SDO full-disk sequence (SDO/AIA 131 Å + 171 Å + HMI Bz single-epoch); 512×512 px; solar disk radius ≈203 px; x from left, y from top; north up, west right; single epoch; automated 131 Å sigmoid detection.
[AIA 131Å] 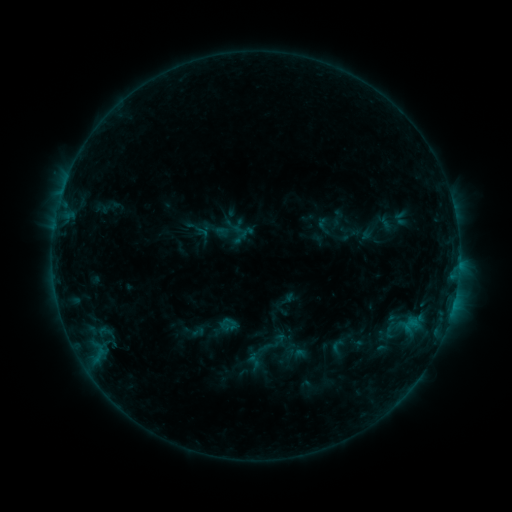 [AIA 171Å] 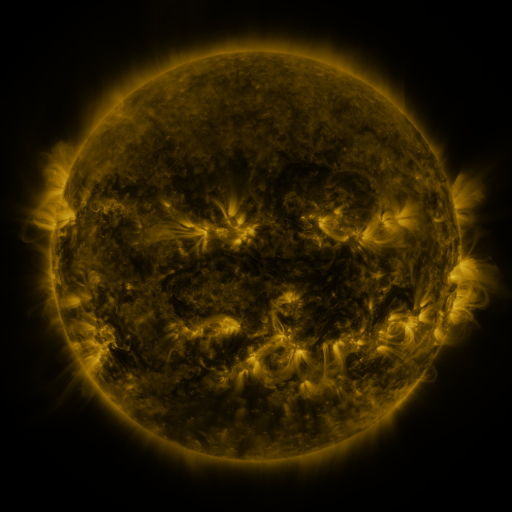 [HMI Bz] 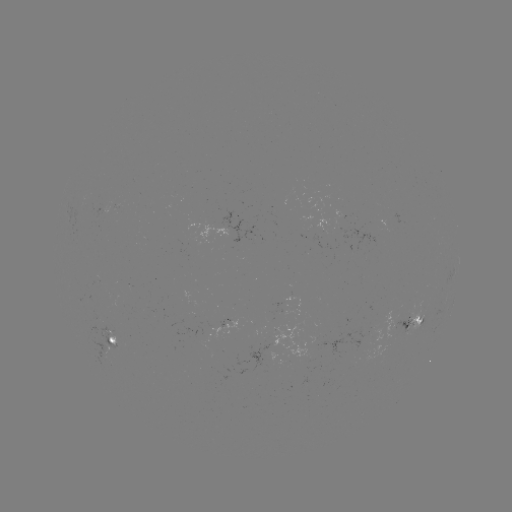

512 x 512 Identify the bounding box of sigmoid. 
[329, 338, 347, 356].